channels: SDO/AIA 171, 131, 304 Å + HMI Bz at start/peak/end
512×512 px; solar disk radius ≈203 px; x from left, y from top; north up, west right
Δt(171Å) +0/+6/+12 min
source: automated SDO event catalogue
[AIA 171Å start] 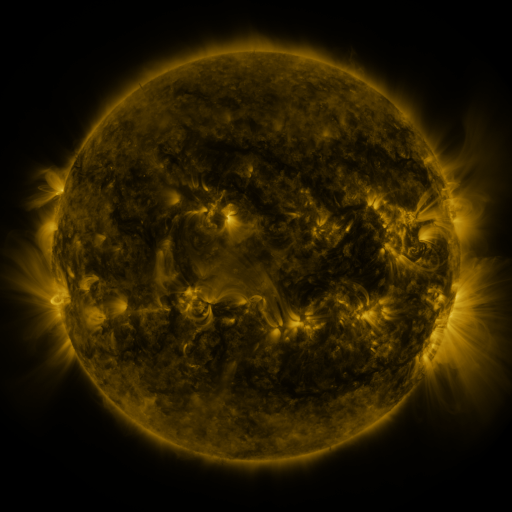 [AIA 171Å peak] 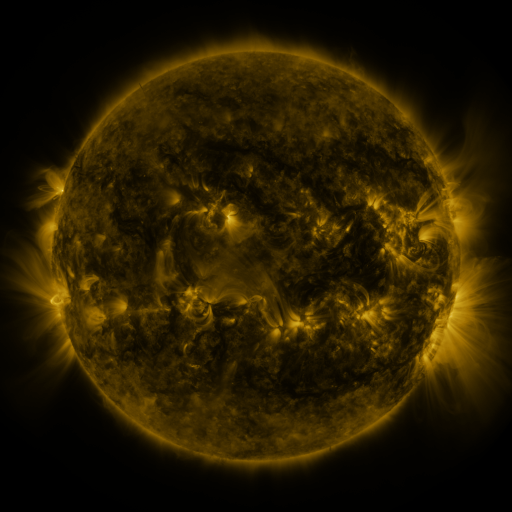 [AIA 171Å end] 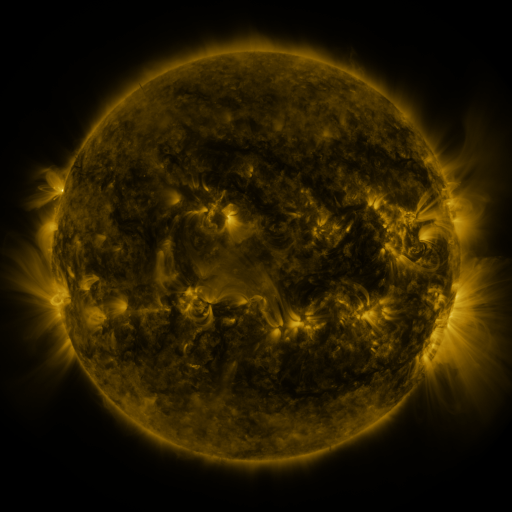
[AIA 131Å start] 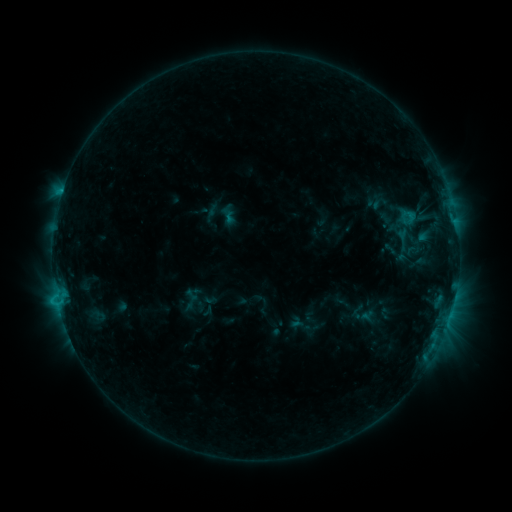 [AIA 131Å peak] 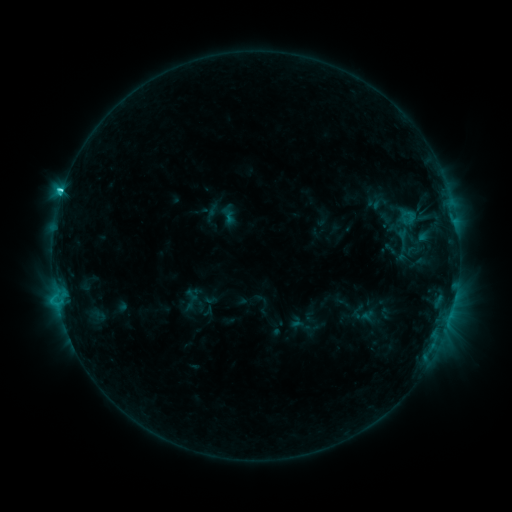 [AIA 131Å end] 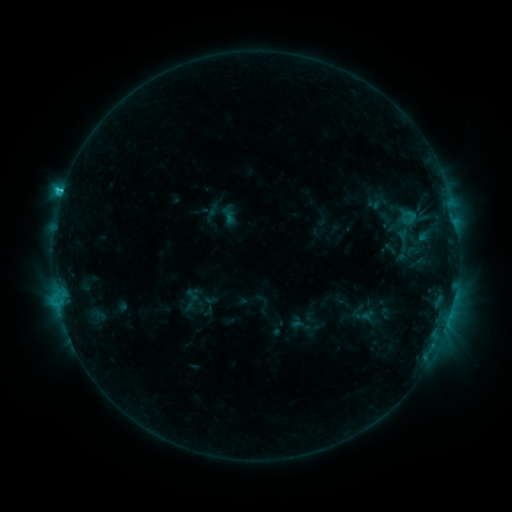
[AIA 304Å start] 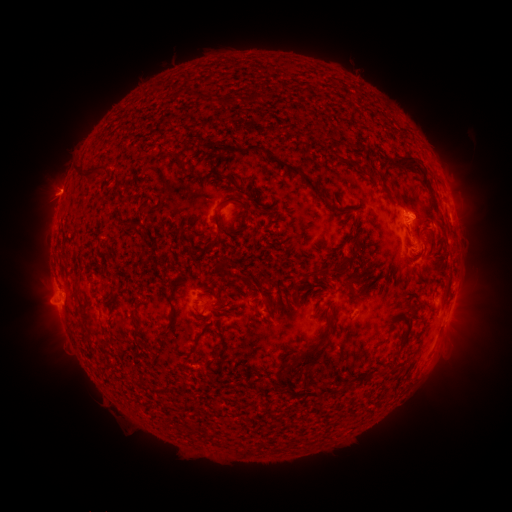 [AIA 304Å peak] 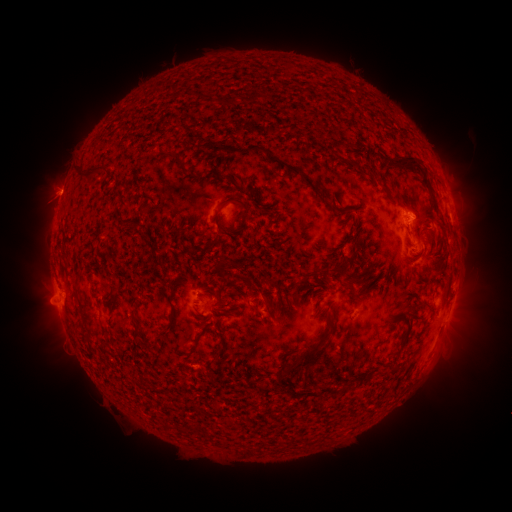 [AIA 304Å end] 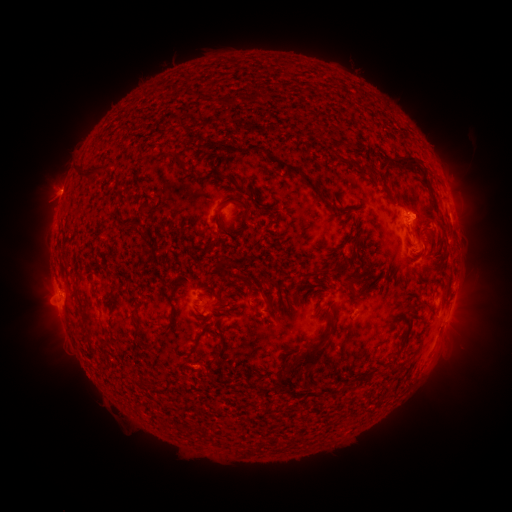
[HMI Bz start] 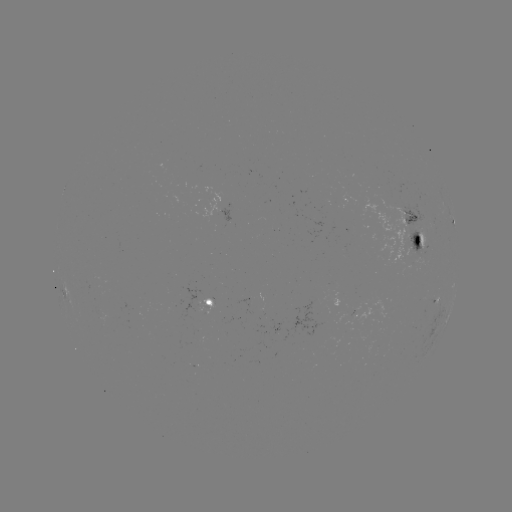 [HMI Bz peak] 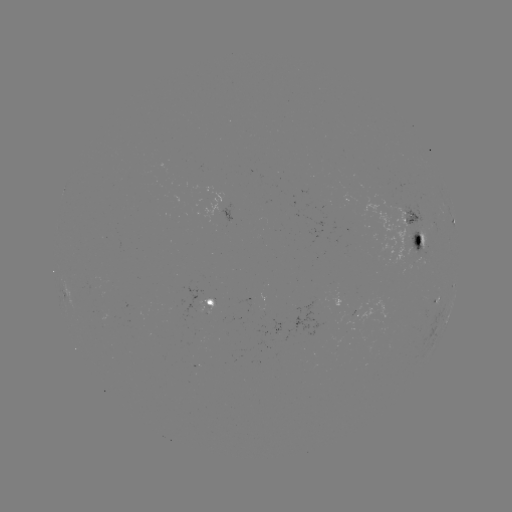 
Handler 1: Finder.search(C2.5 flare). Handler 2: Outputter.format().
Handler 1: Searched C2.5 flare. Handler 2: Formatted [62, 193].